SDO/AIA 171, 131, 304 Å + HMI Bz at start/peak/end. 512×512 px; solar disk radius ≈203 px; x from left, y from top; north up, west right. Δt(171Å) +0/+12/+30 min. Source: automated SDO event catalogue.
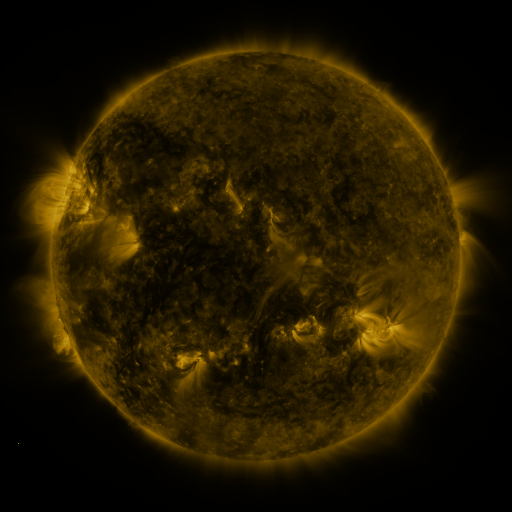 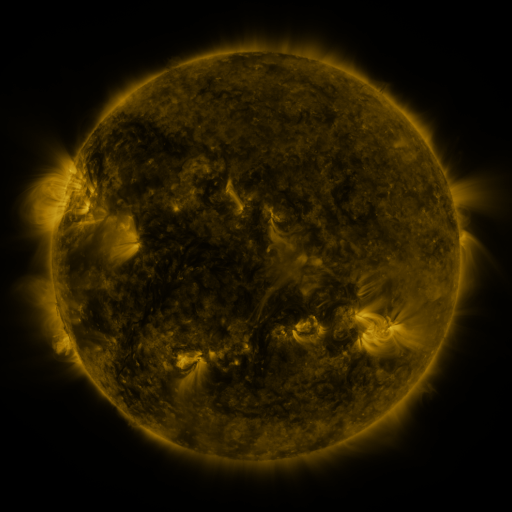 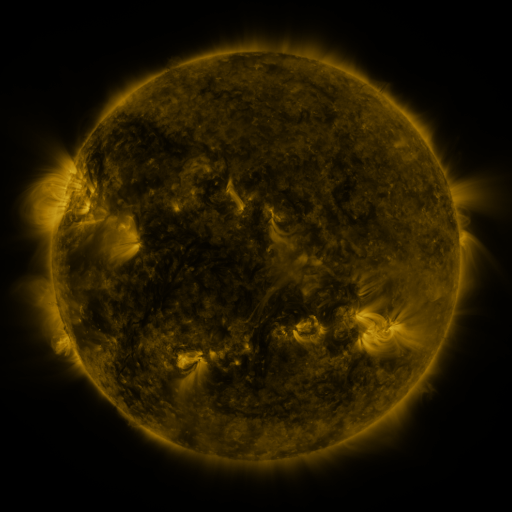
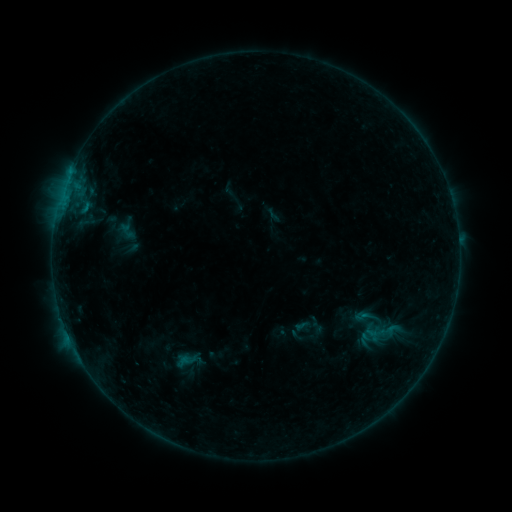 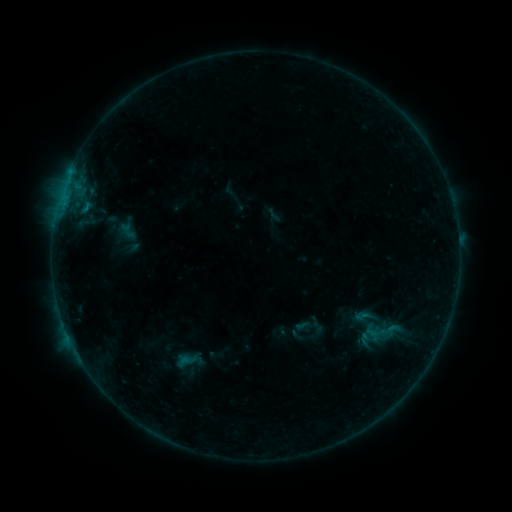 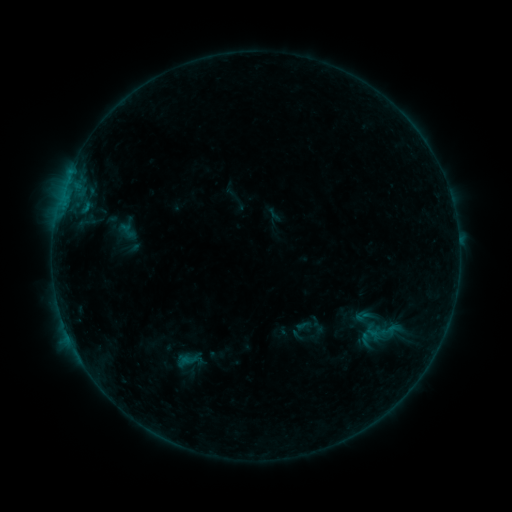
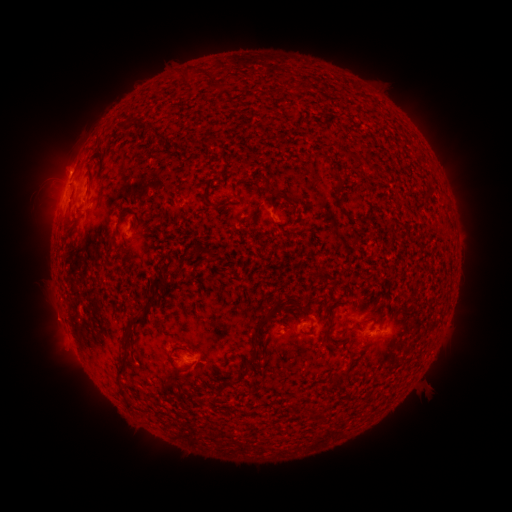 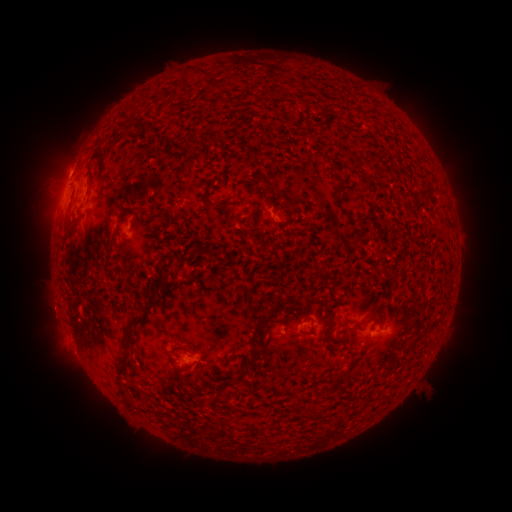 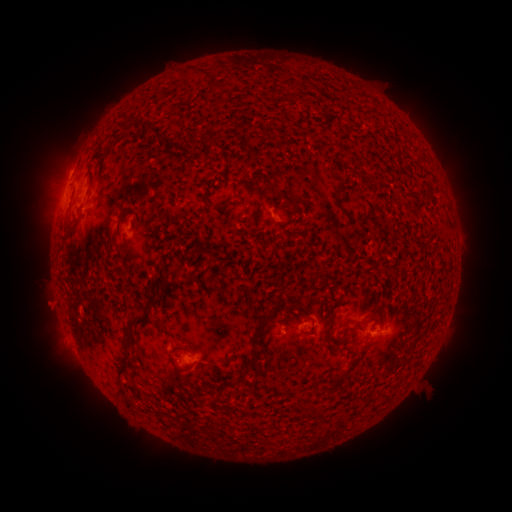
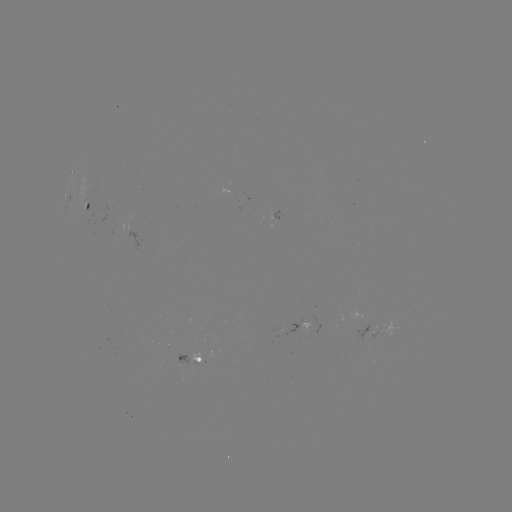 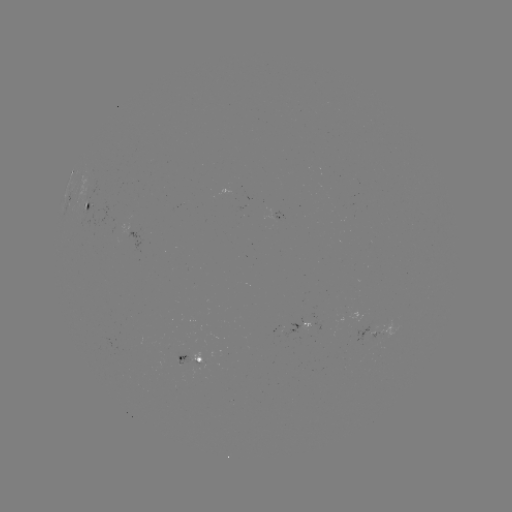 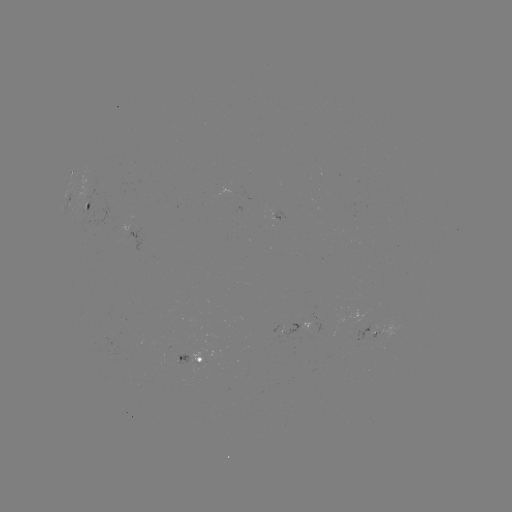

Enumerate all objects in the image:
eruption: (49, 311)
